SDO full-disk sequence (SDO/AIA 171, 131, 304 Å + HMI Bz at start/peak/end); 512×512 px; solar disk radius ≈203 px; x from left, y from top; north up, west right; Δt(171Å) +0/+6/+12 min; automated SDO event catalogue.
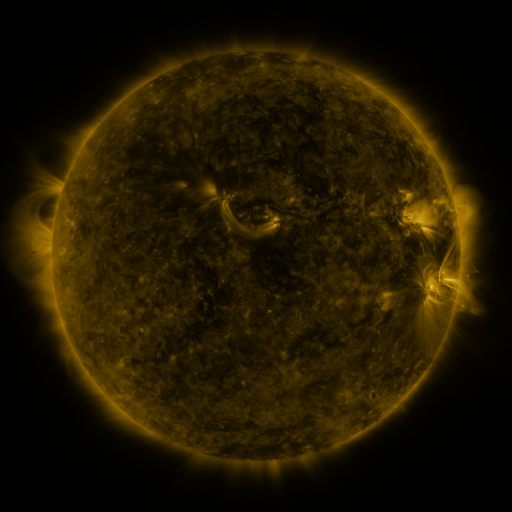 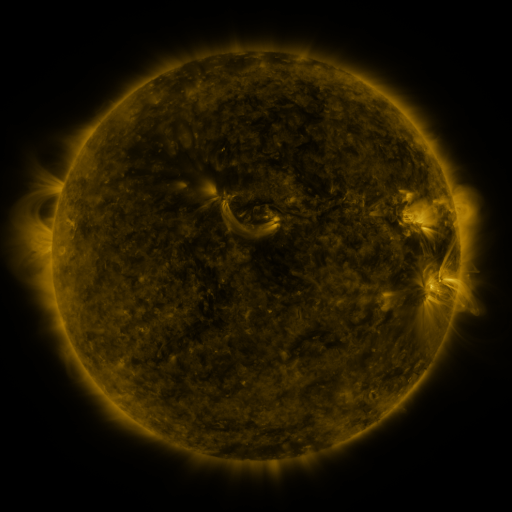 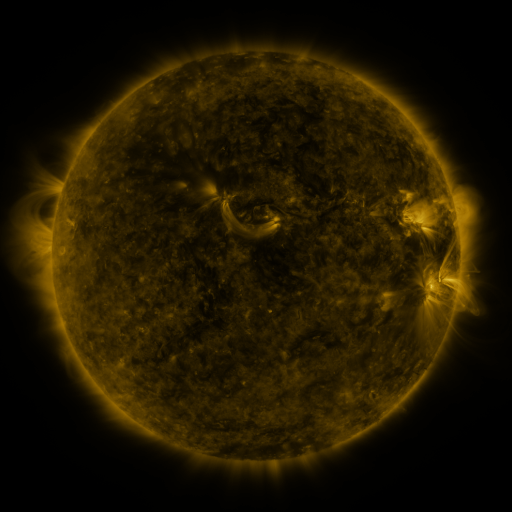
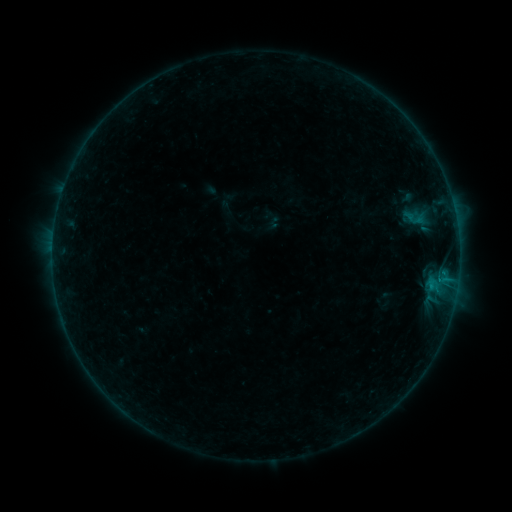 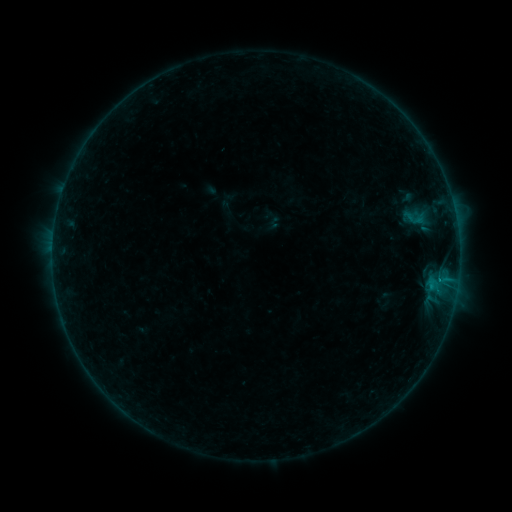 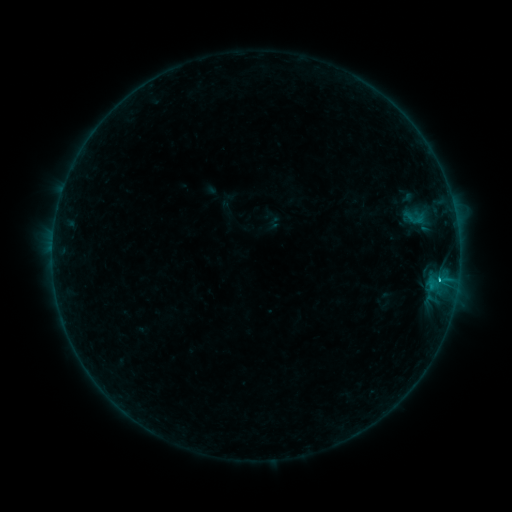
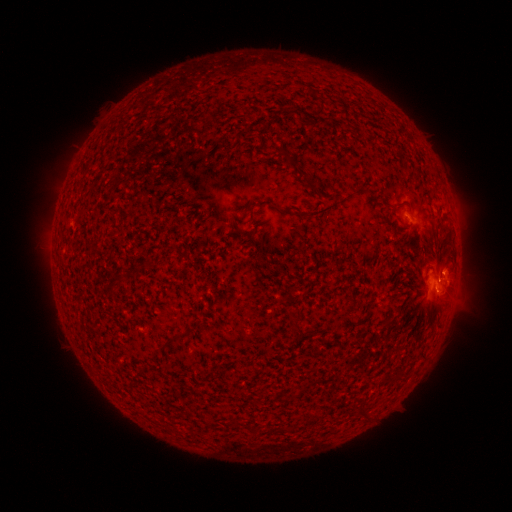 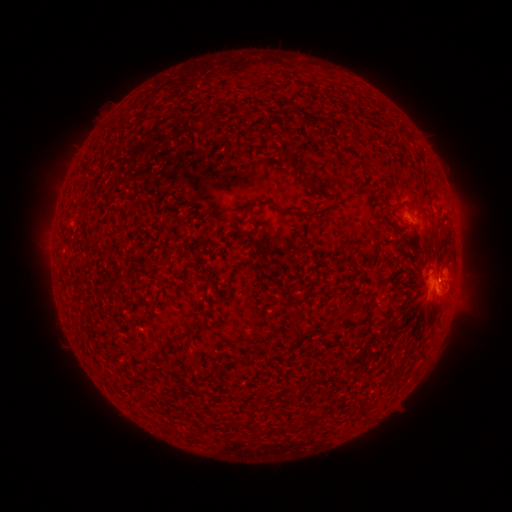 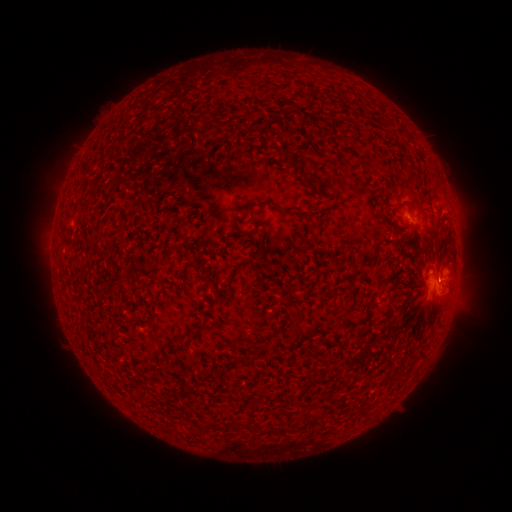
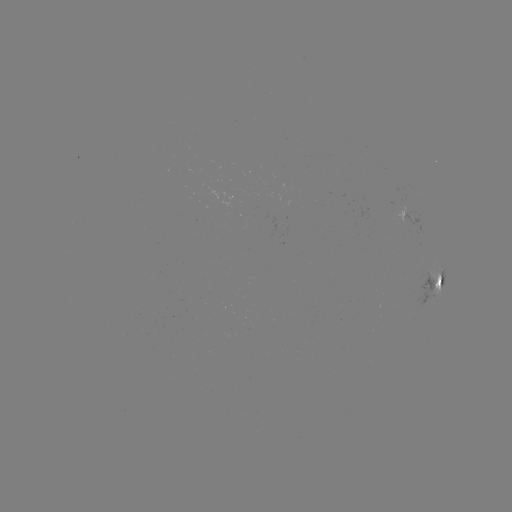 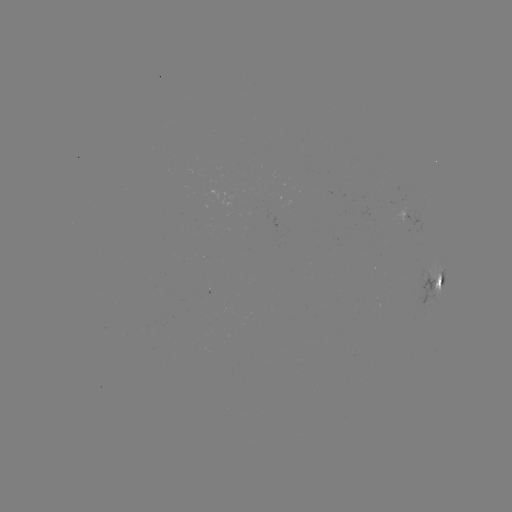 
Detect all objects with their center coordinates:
C1.5 flare: (438, 277)
